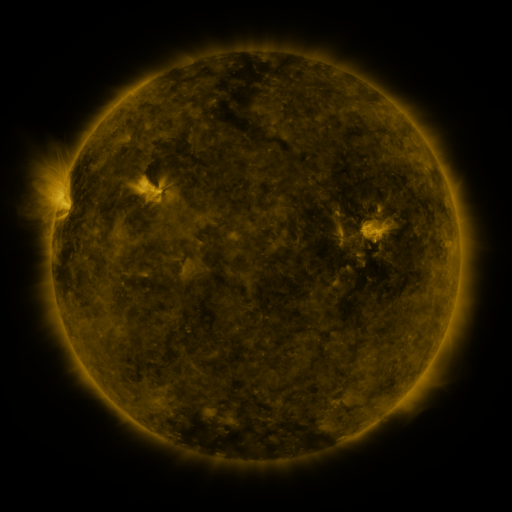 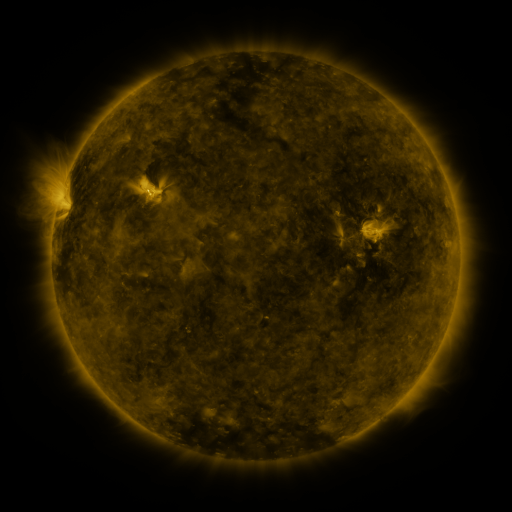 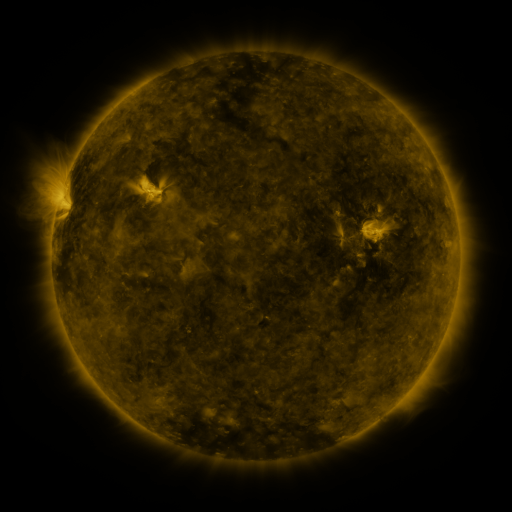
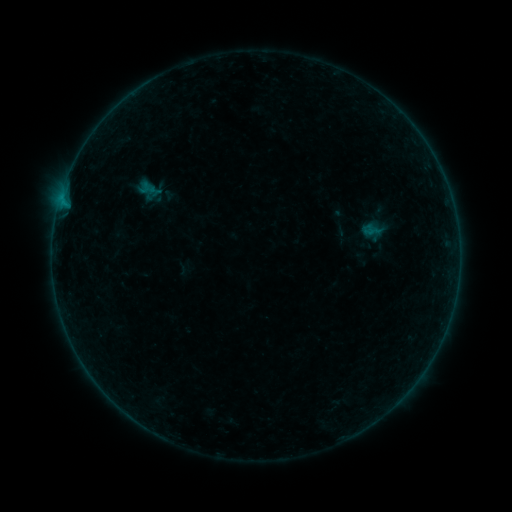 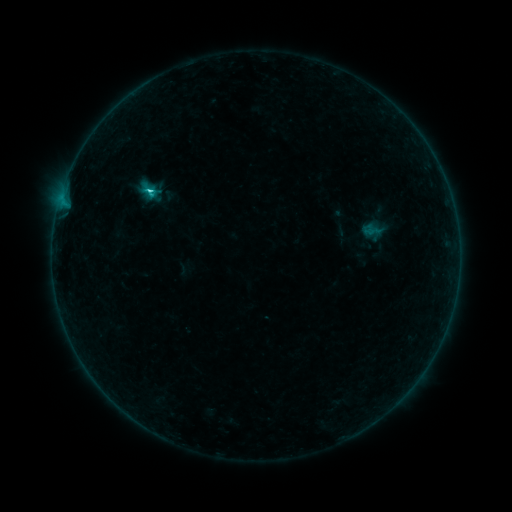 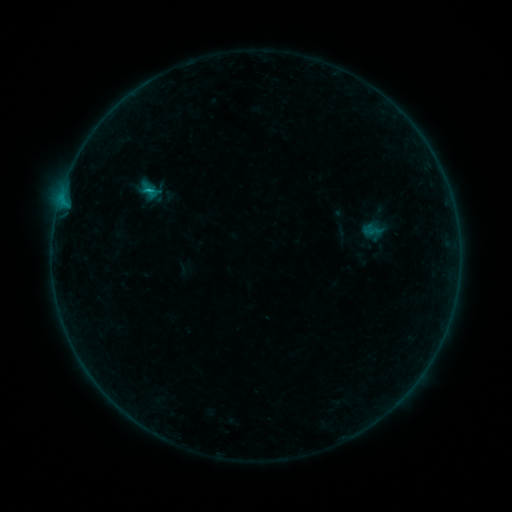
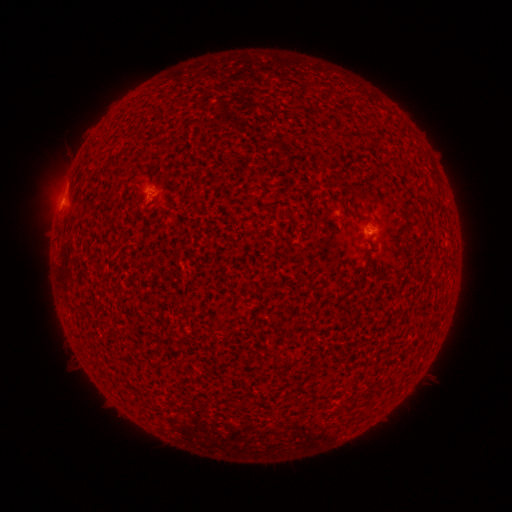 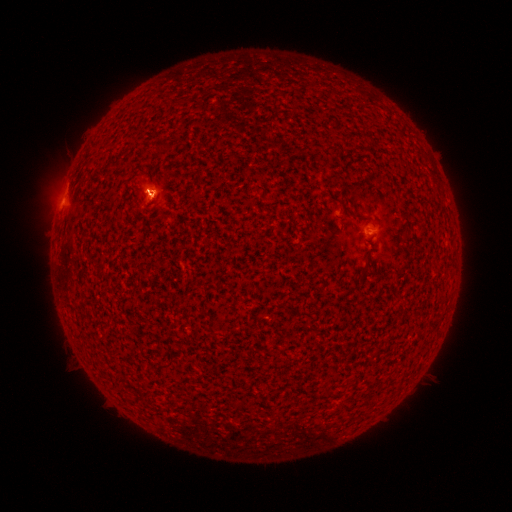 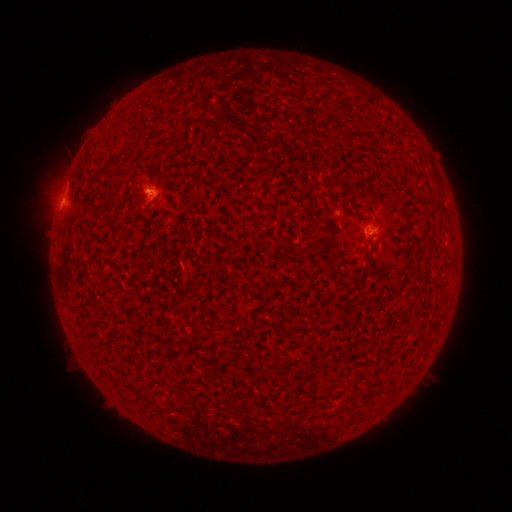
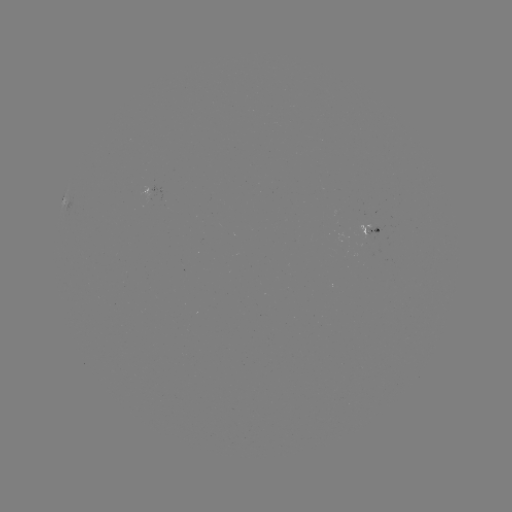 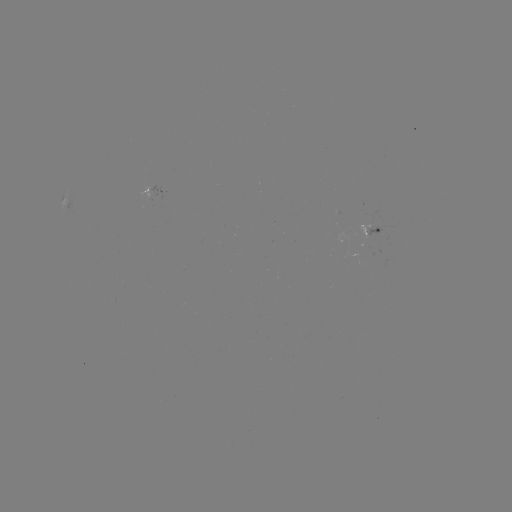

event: eruption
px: (158, 190)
